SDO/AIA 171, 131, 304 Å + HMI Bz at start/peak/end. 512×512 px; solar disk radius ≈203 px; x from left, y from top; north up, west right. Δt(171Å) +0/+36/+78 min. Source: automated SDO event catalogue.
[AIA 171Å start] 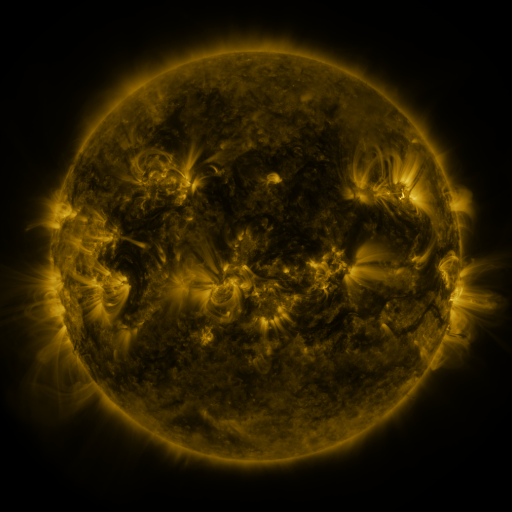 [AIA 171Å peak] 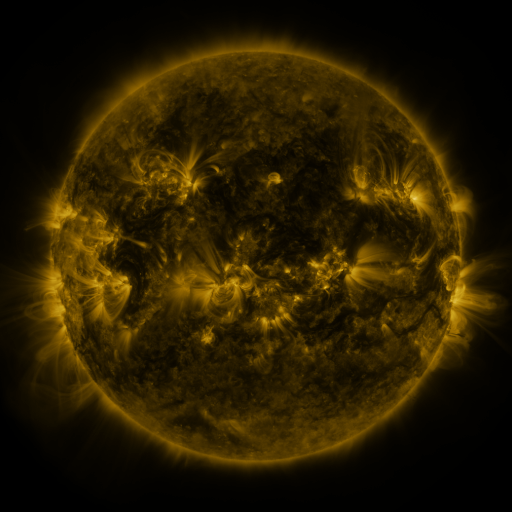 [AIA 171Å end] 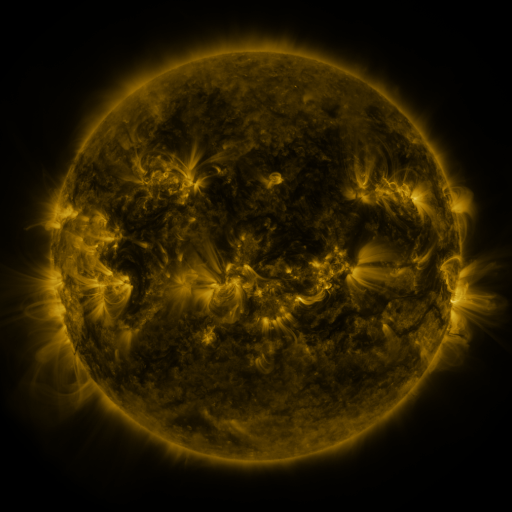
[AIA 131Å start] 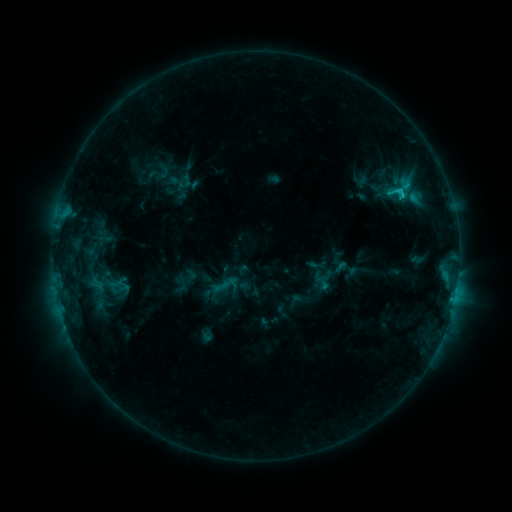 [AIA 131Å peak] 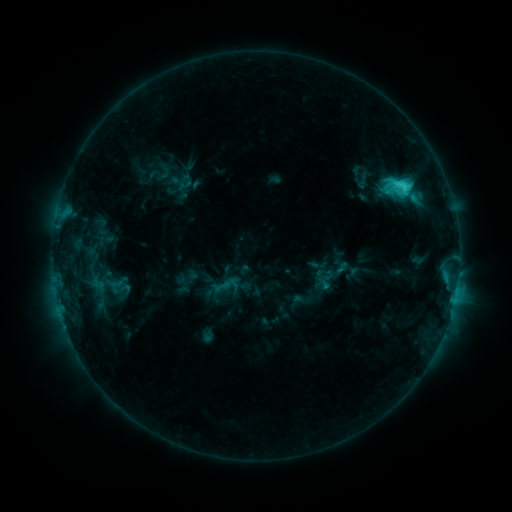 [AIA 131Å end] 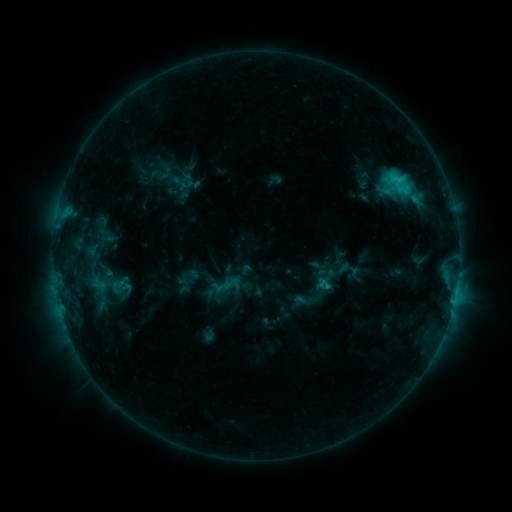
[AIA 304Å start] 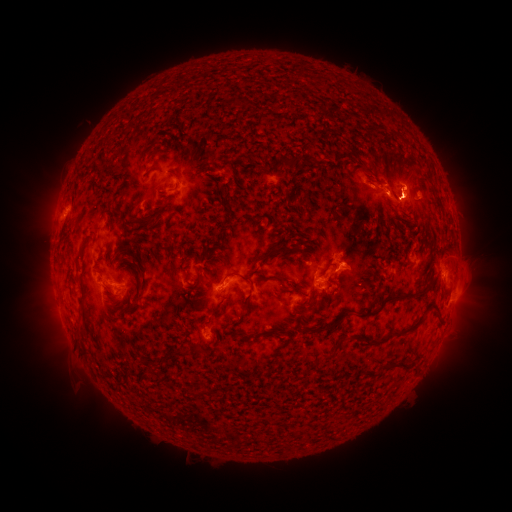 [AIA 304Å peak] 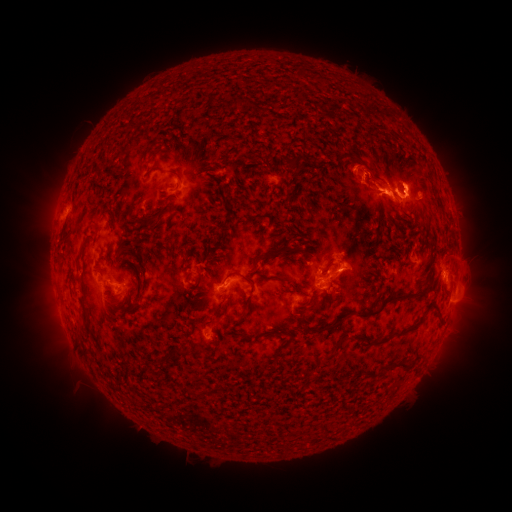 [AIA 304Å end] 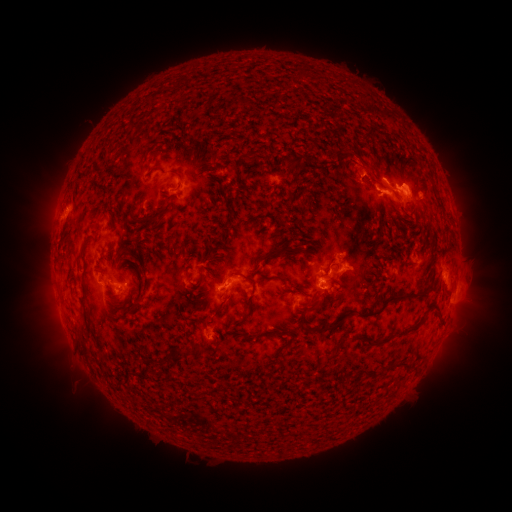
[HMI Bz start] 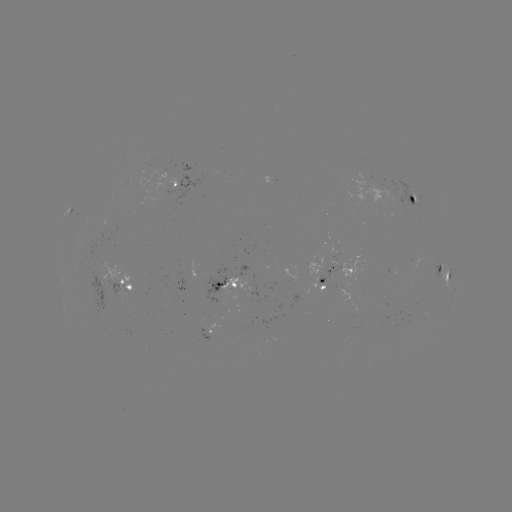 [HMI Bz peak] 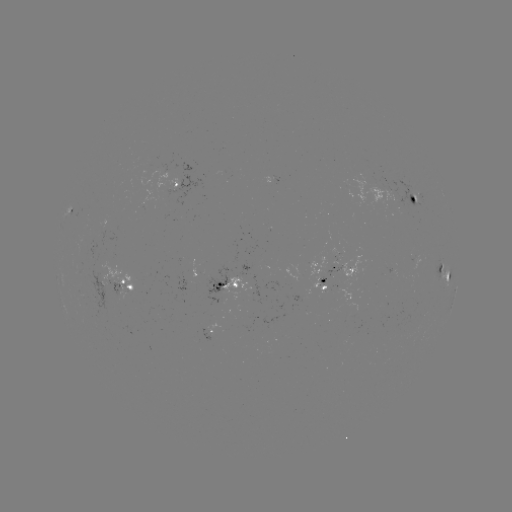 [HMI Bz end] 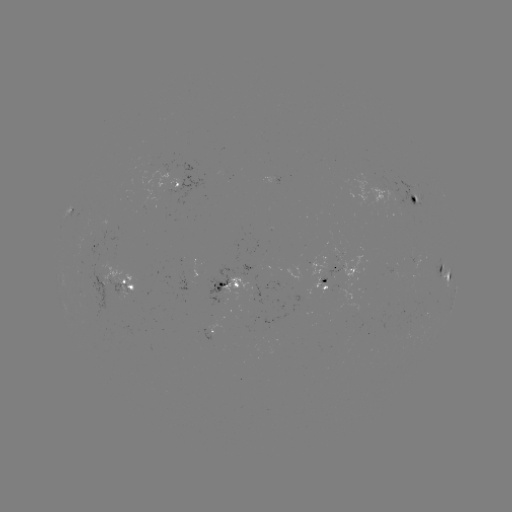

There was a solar flare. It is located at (402, 187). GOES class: C4.8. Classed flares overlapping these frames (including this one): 2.